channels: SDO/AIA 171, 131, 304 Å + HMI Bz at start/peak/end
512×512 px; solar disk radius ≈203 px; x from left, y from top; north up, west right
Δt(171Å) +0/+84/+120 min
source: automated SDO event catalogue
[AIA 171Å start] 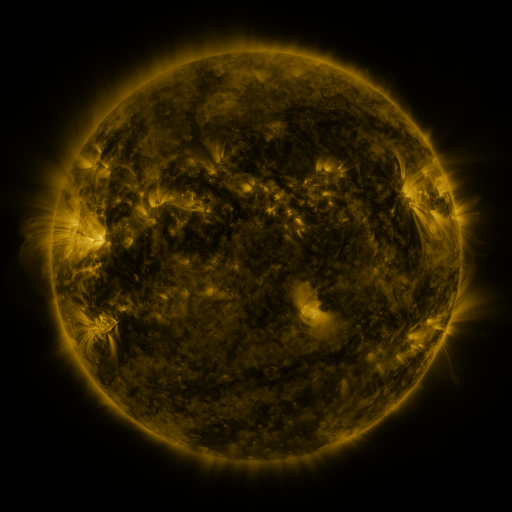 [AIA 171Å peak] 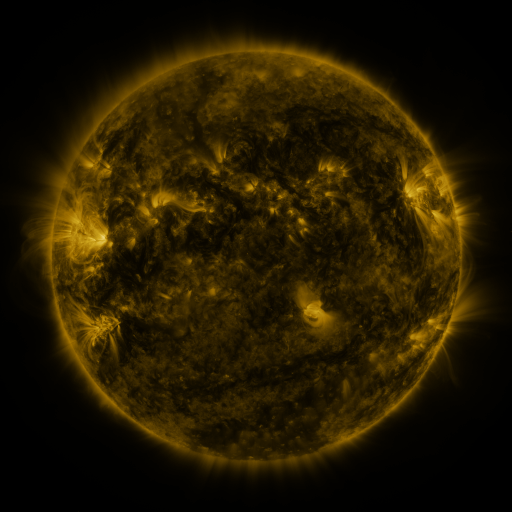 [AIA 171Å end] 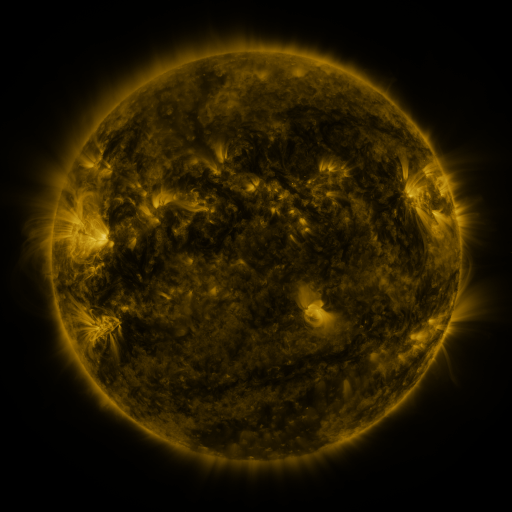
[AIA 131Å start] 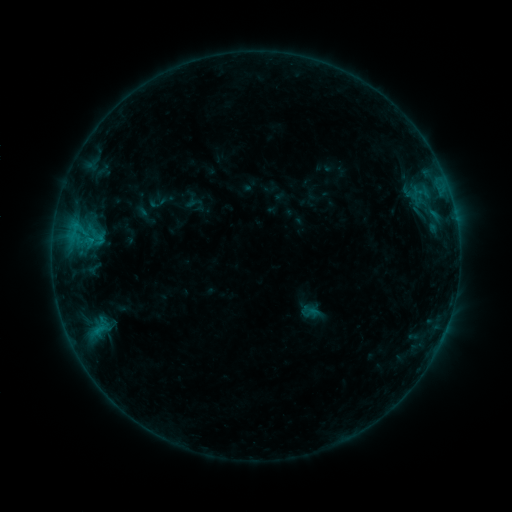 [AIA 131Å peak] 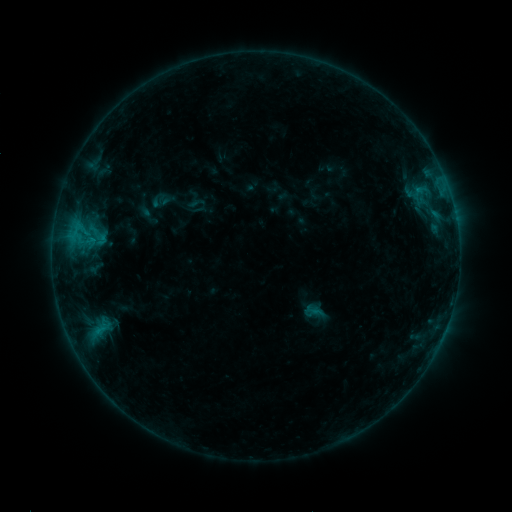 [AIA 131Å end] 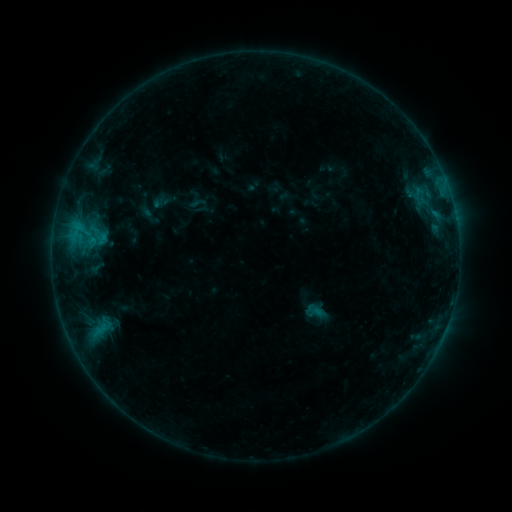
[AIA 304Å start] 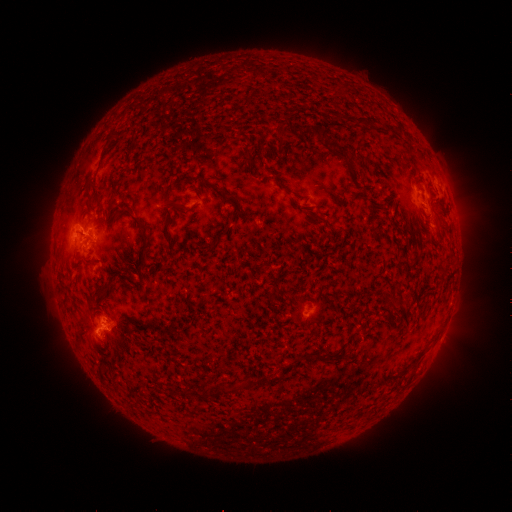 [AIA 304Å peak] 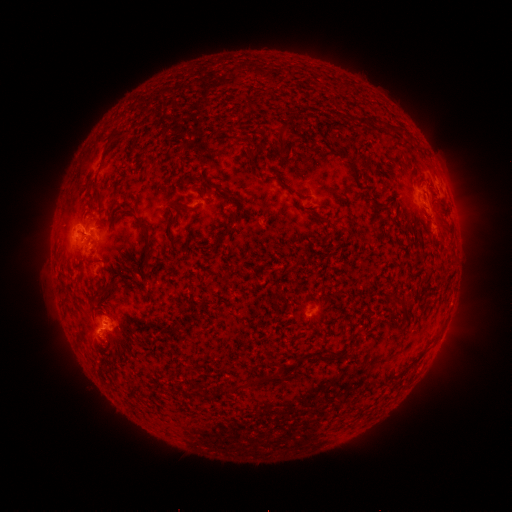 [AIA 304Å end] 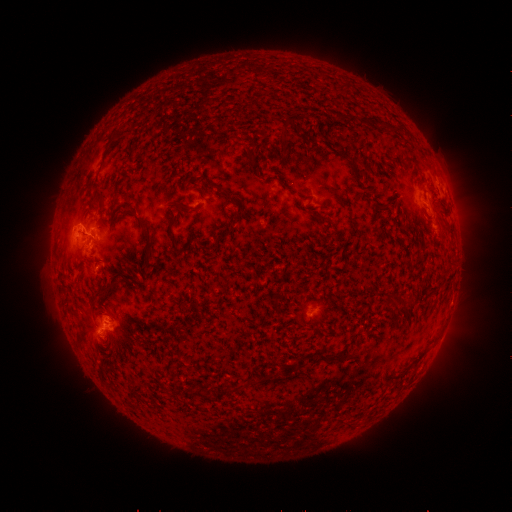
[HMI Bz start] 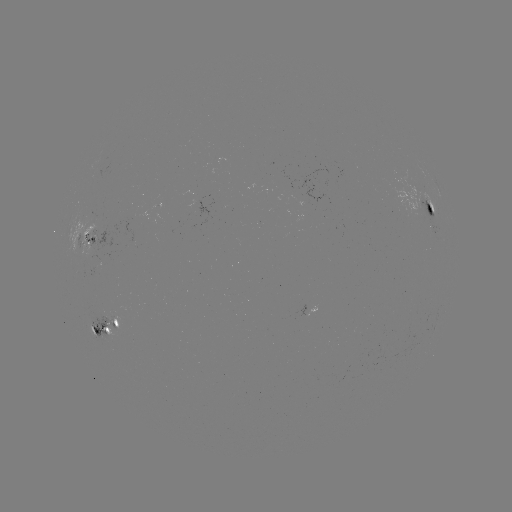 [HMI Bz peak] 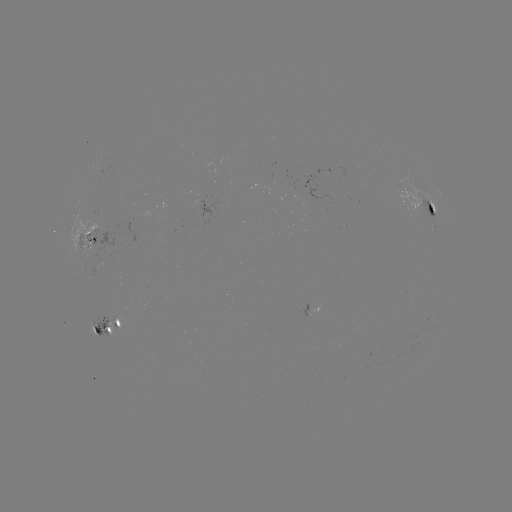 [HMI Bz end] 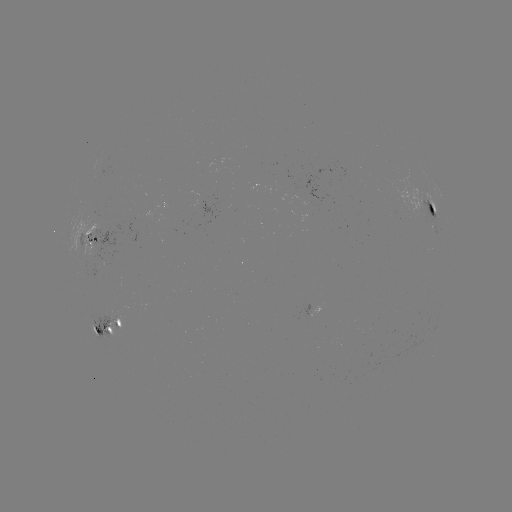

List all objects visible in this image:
emerging-flux region: (95, 274)
